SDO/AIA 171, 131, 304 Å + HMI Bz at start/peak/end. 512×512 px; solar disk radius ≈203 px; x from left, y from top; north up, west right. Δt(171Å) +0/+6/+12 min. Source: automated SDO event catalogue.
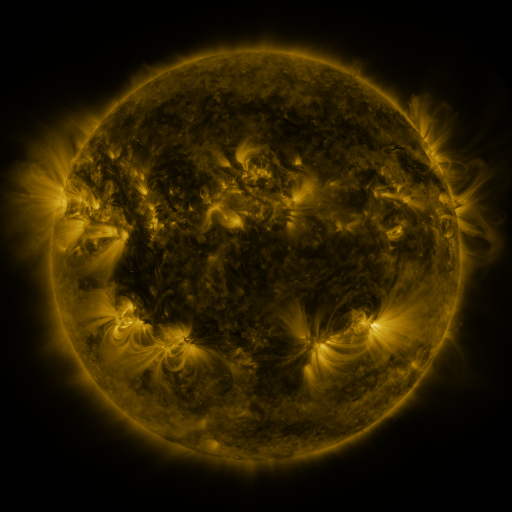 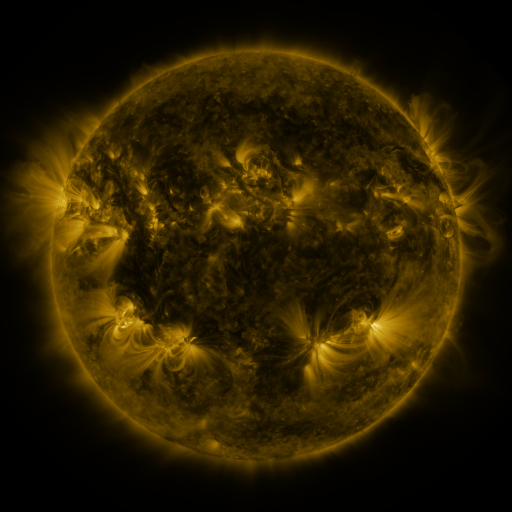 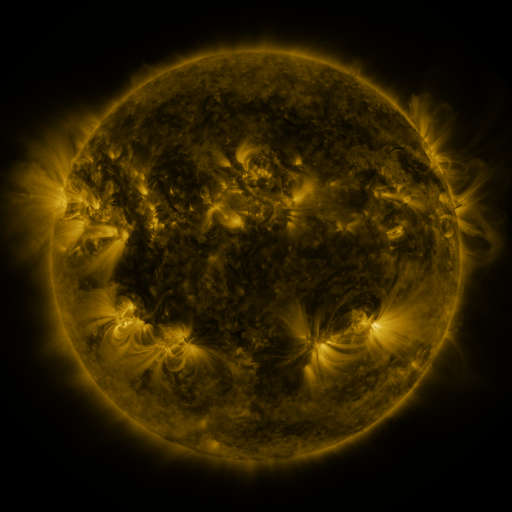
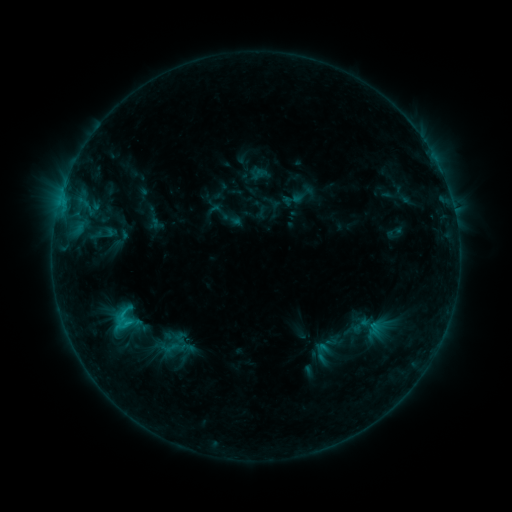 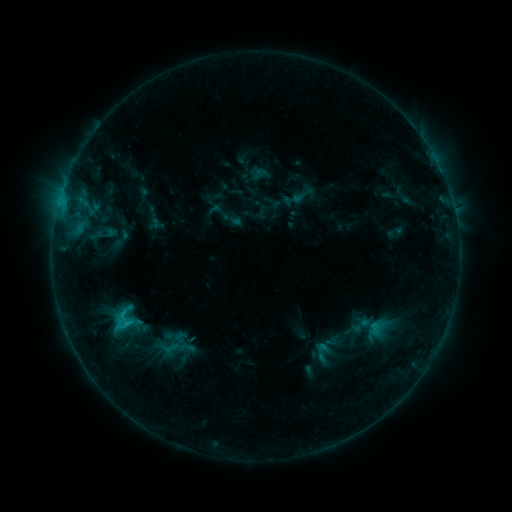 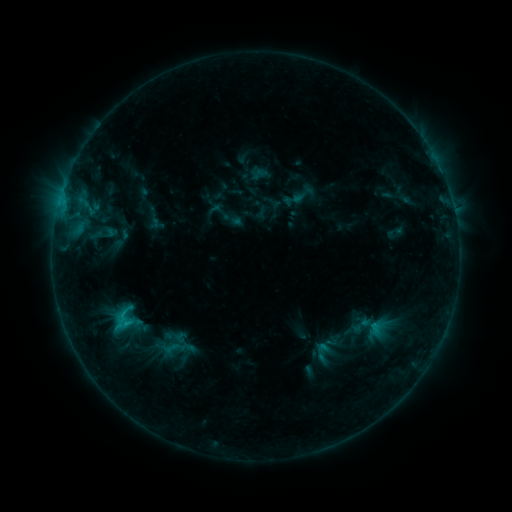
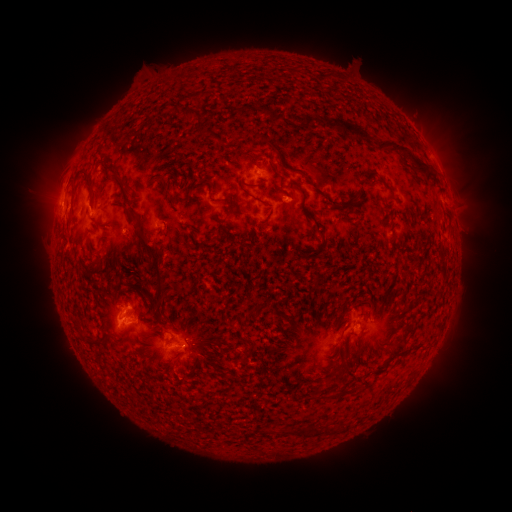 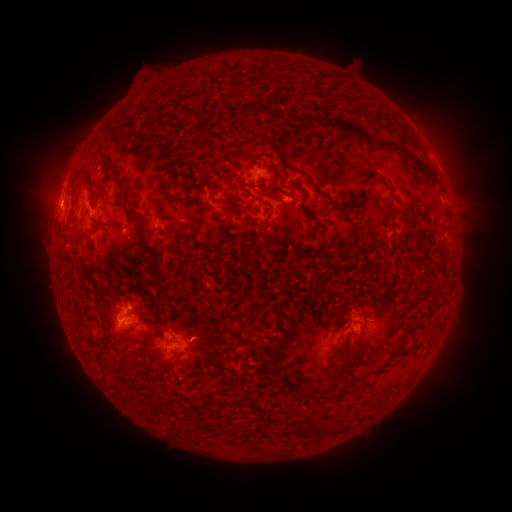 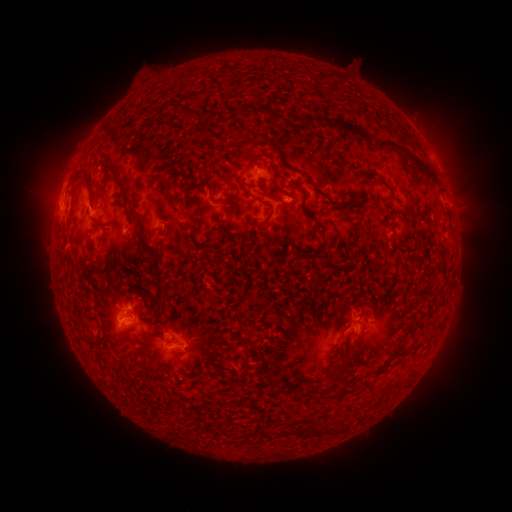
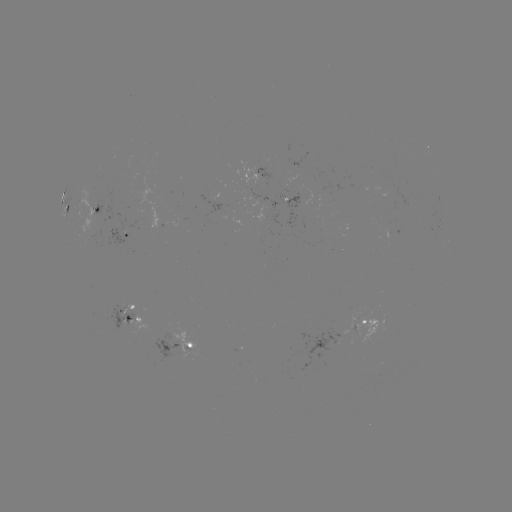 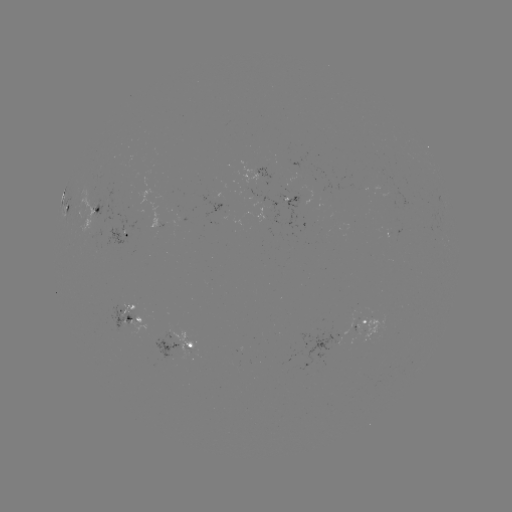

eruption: (27, 185, 78, 236)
